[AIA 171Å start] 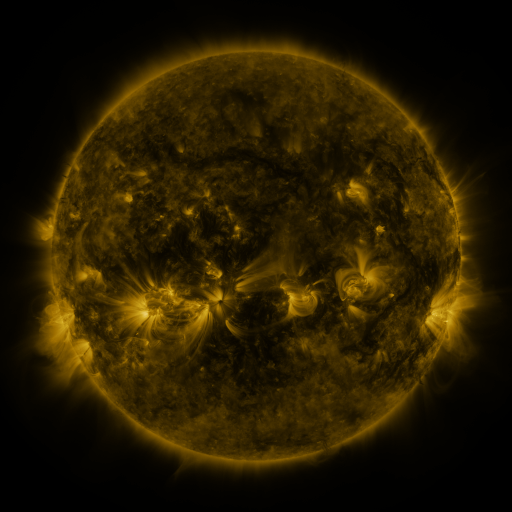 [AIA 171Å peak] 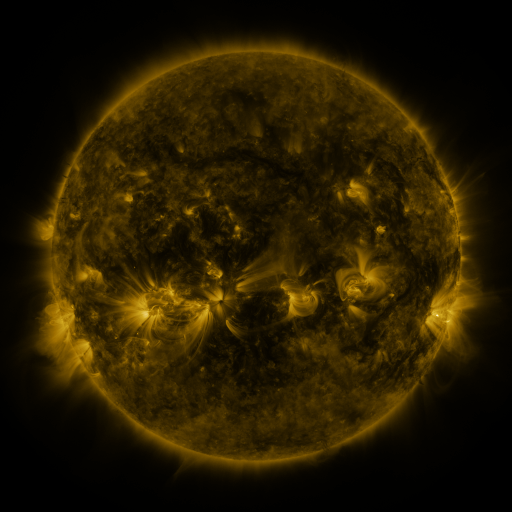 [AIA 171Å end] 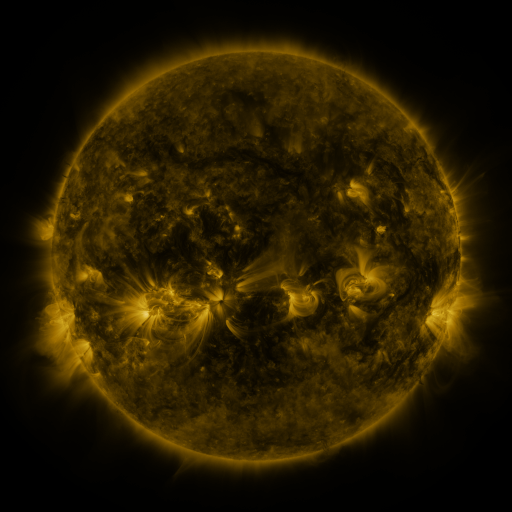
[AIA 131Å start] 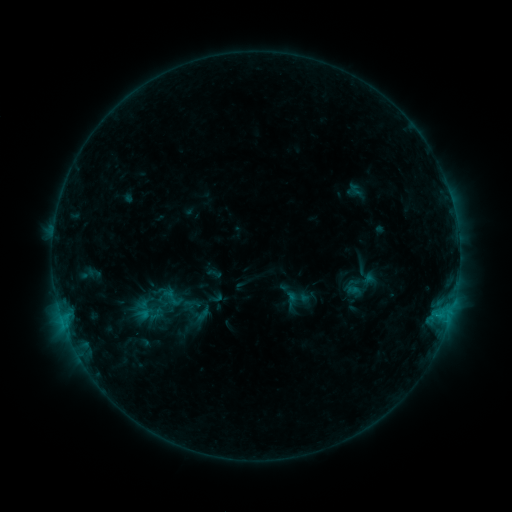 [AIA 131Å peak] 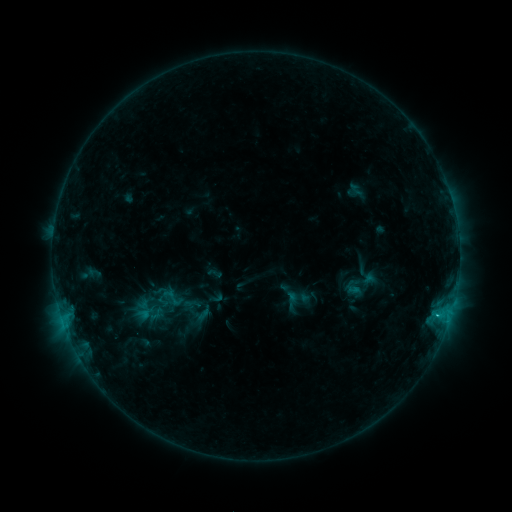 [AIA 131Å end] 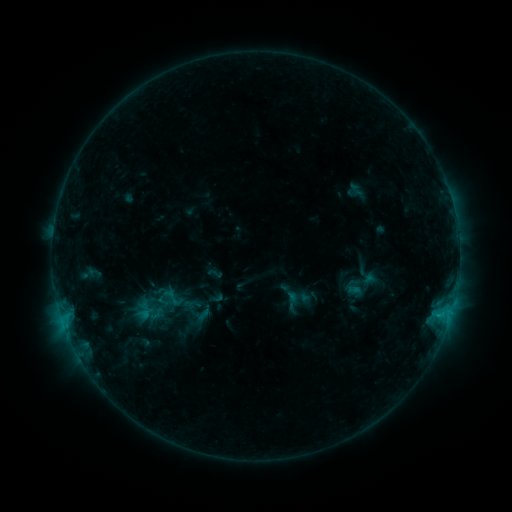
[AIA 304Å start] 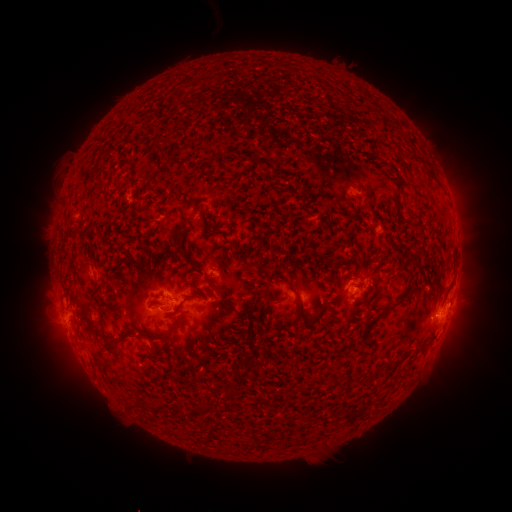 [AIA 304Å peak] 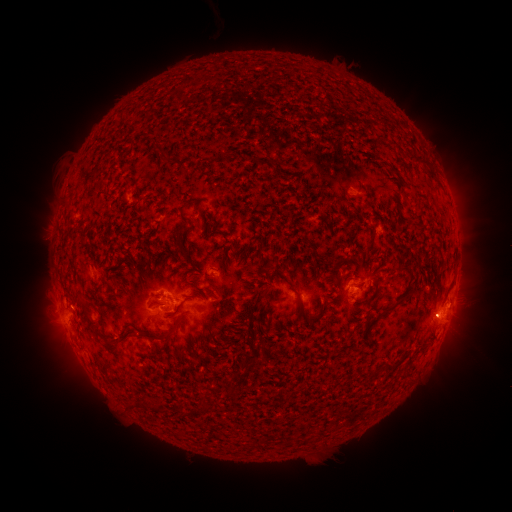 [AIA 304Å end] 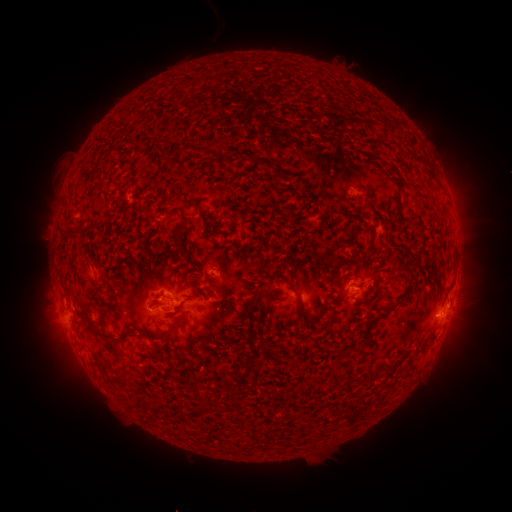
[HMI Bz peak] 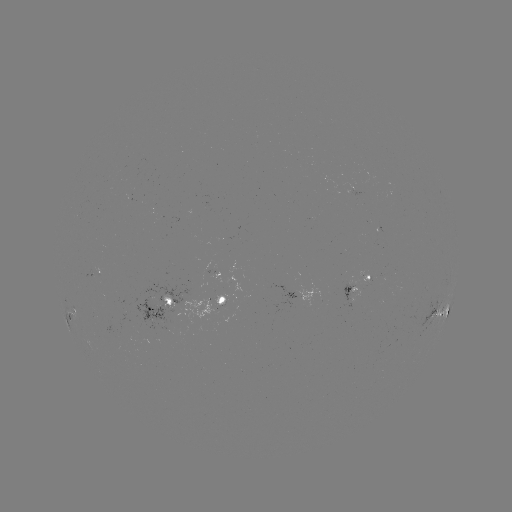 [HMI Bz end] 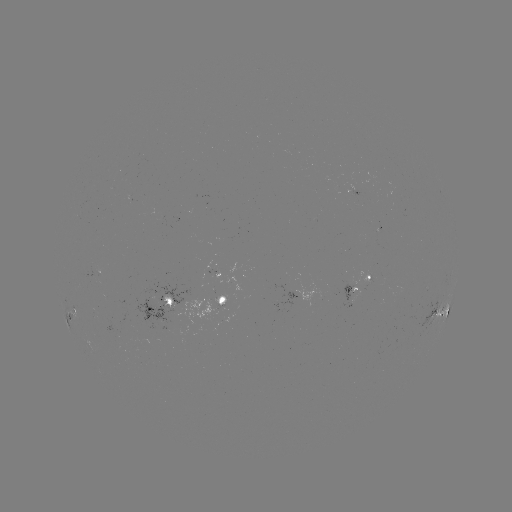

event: flare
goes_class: C1.1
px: (436, 312)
